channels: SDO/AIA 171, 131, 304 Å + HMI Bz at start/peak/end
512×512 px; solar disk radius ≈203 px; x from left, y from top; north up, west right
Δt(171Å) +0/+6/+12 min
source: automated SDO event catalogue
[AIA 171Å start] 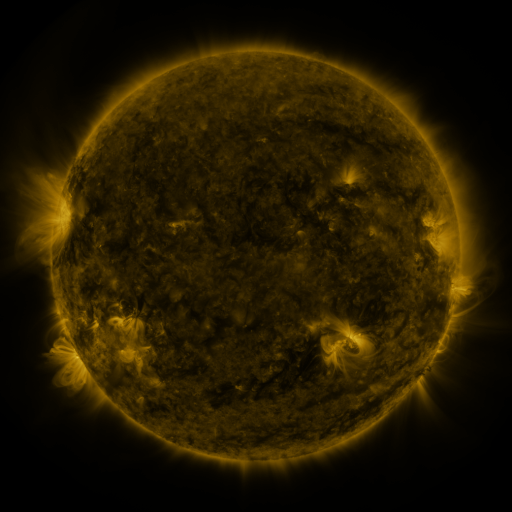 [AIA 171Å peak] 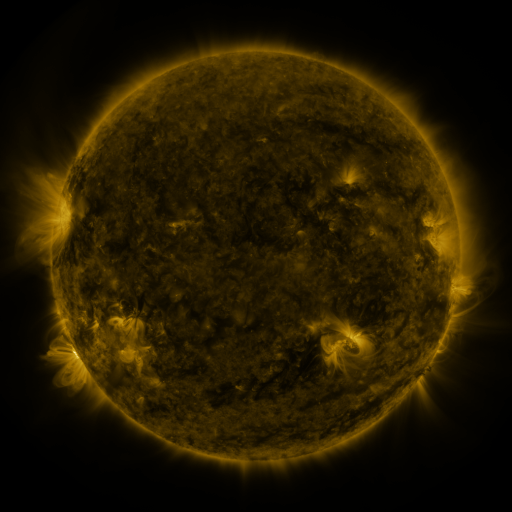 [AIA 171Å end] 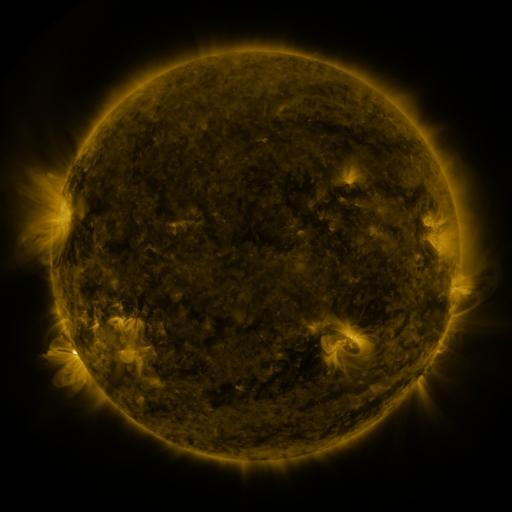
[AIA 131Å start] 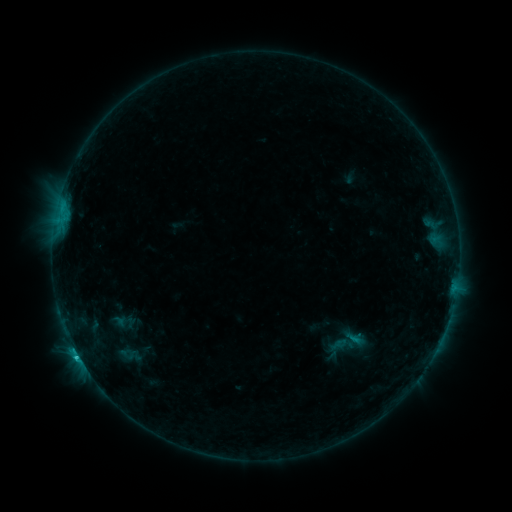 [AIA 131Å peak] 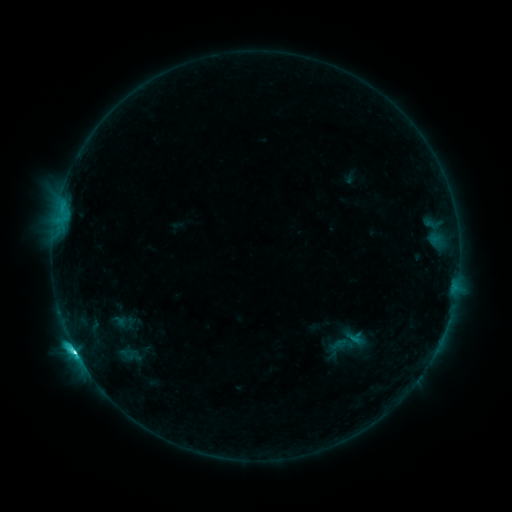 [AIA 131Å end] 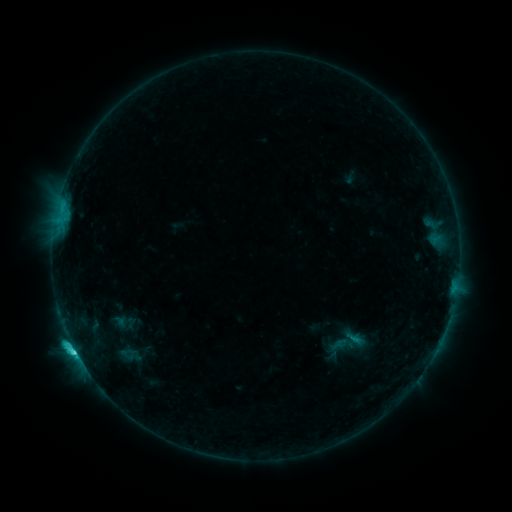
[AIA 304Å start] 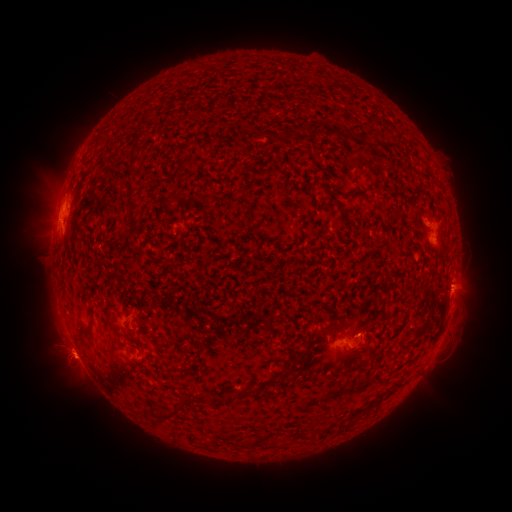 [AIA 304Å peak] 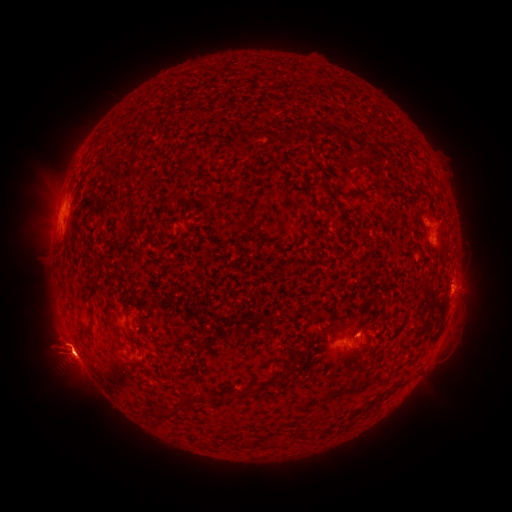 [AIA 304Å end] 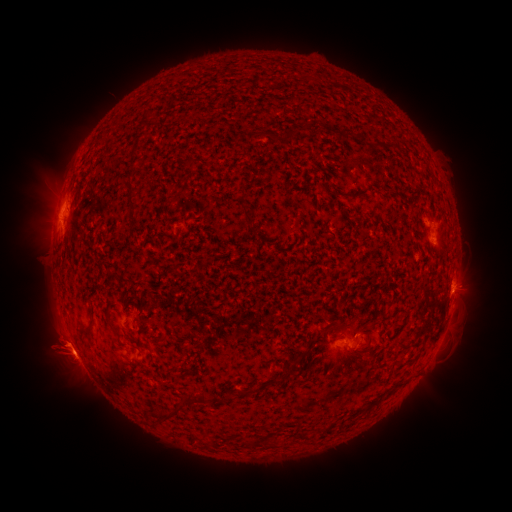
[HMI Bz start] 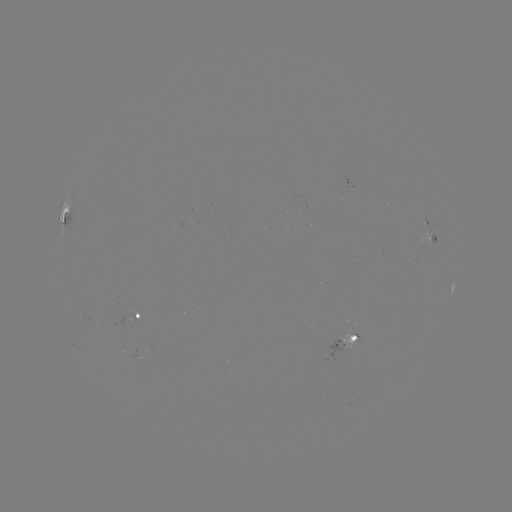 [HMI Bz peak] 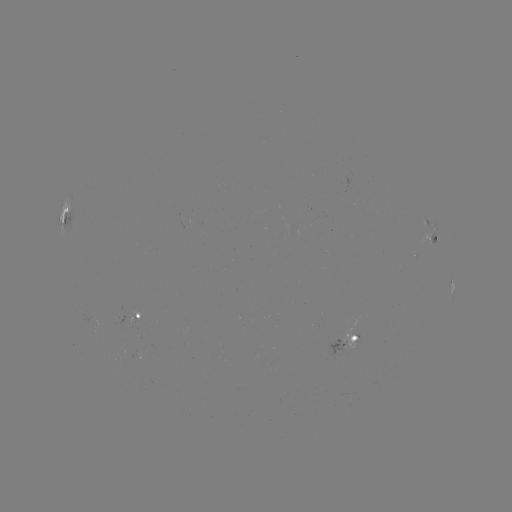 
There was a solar eruption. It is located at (66, 355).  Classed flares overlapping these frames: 1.